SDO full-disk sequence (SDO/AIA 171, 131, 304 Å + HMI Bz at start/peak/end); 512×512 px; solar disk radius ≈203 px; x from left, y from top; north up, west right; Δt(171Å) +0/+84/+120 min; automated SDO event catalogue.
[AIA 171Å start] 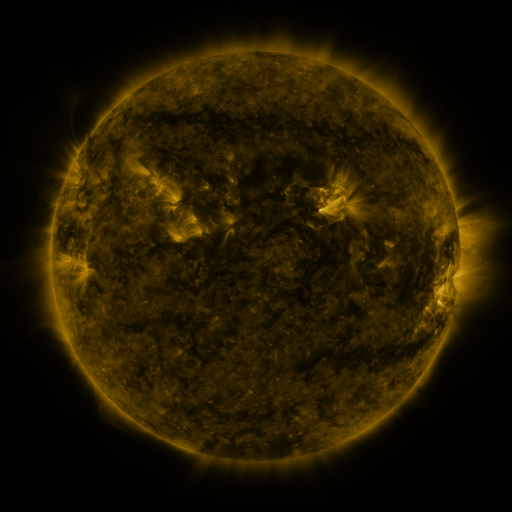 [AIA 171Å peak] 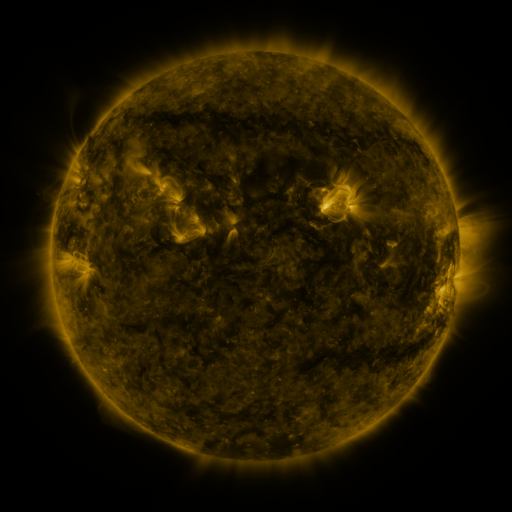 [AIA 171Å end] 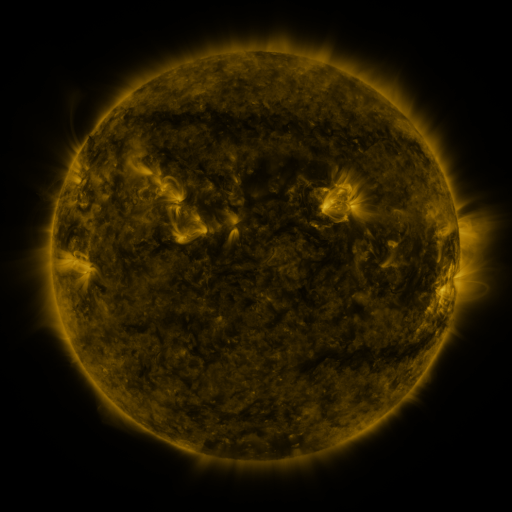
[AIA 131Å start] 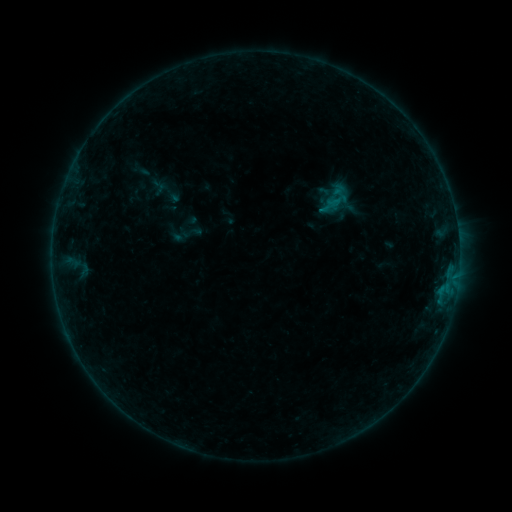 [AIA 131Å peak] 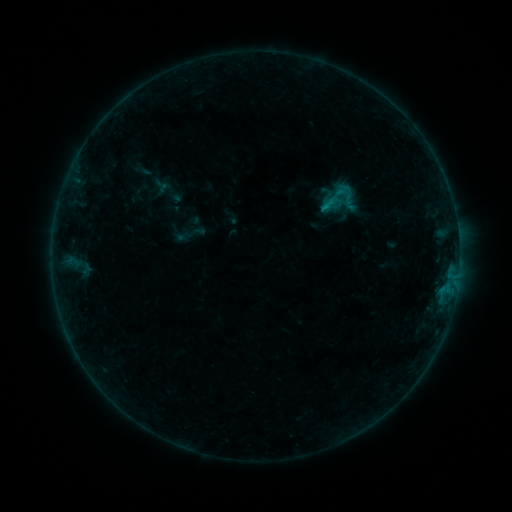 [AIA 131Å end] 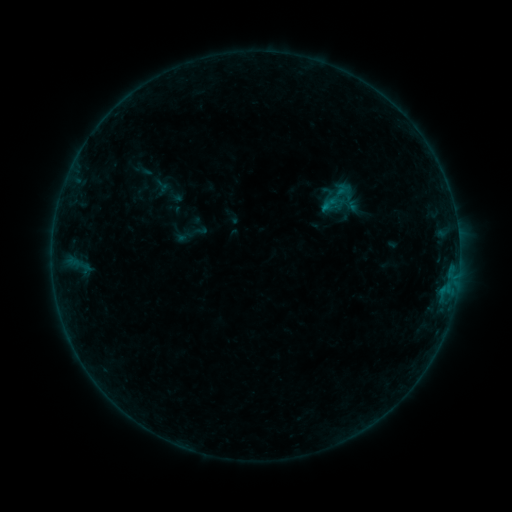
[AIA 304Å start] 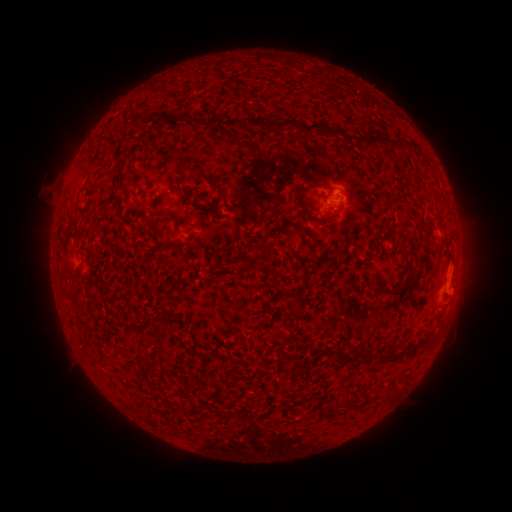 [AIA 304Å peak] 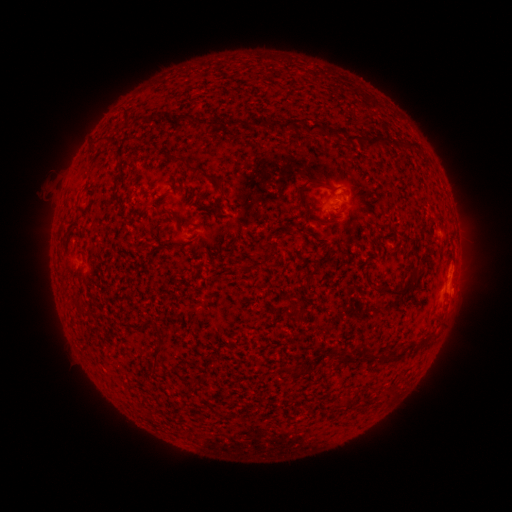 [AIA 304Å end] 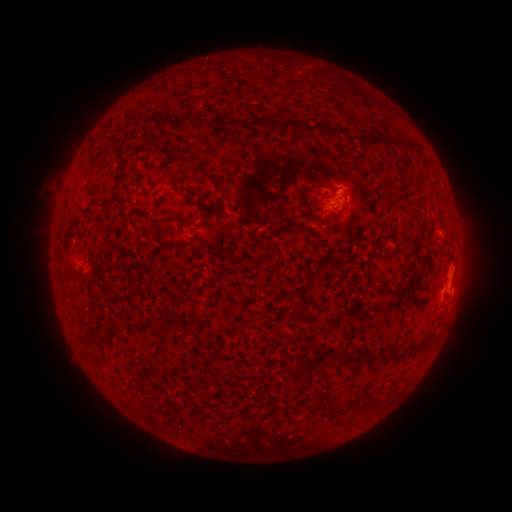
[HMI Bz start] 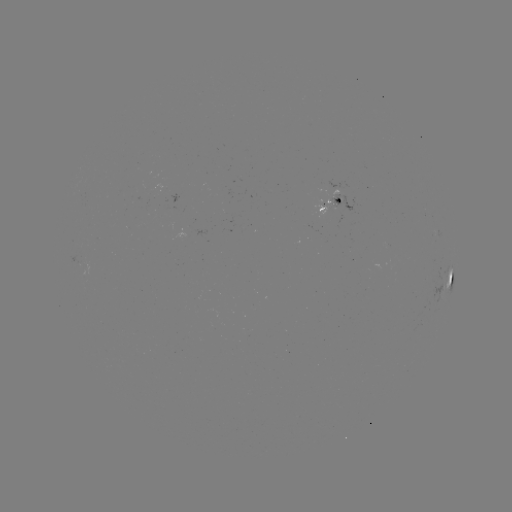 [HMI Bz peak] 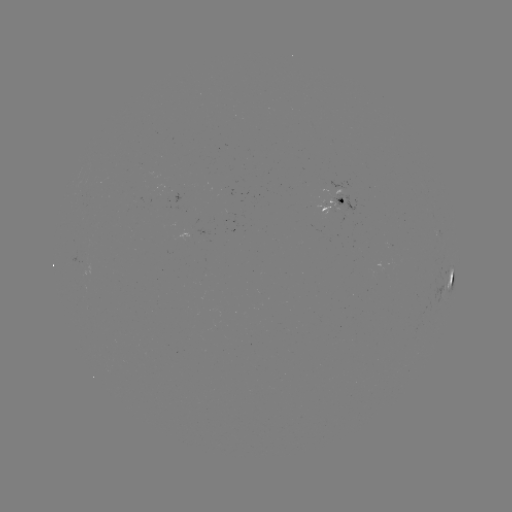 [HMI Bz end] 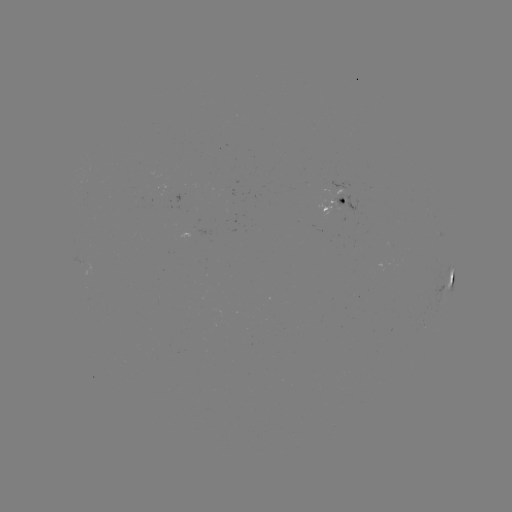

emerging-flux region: [315, 204, 331, 219]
